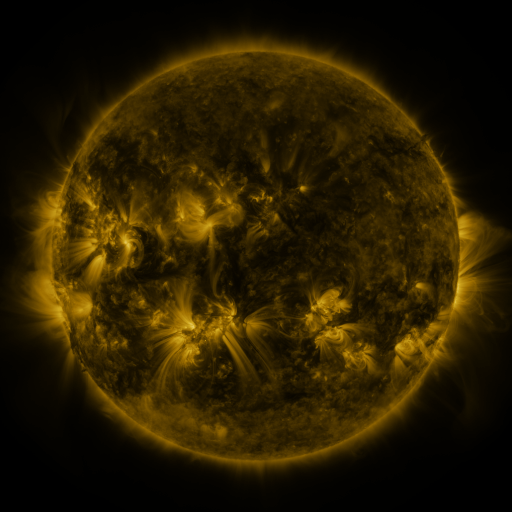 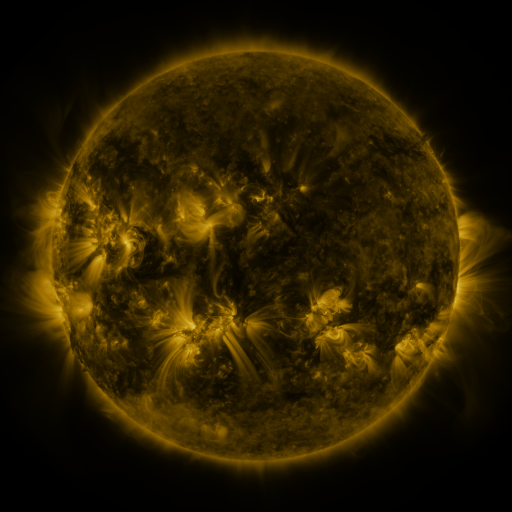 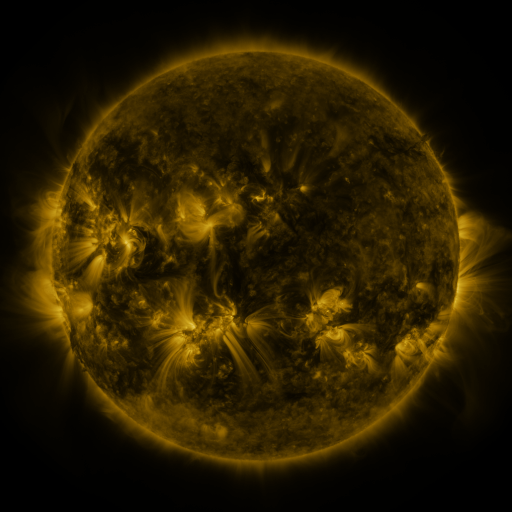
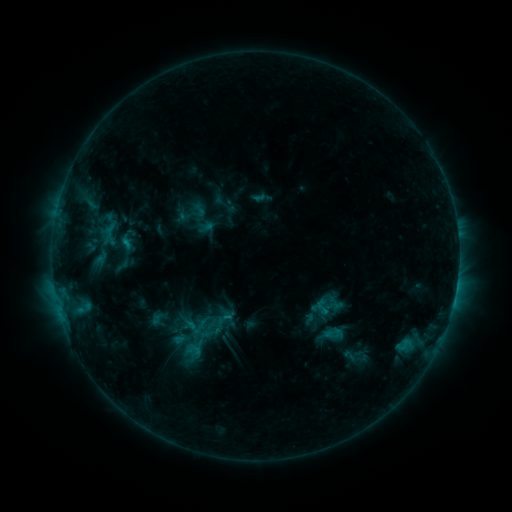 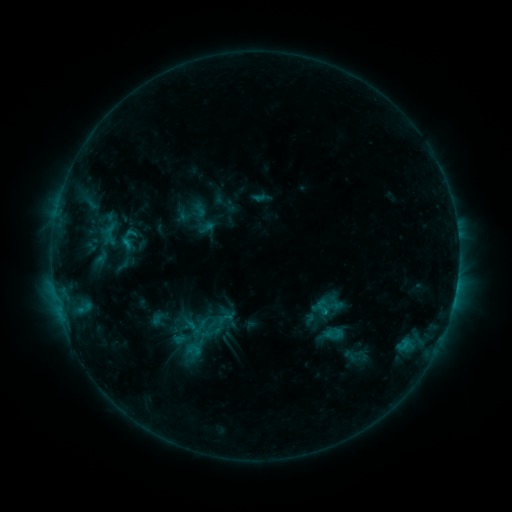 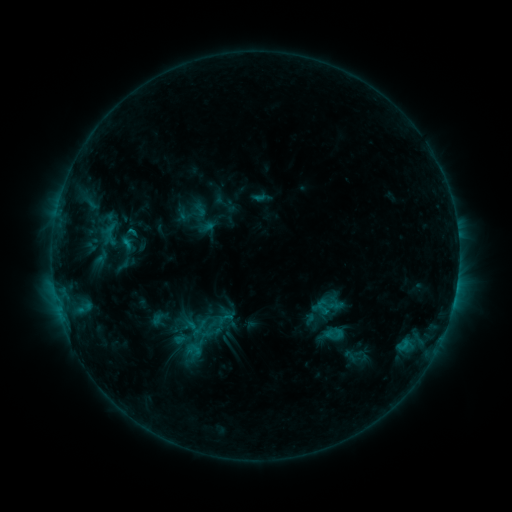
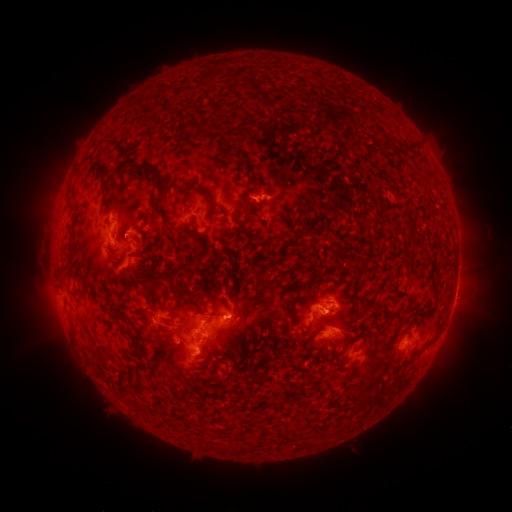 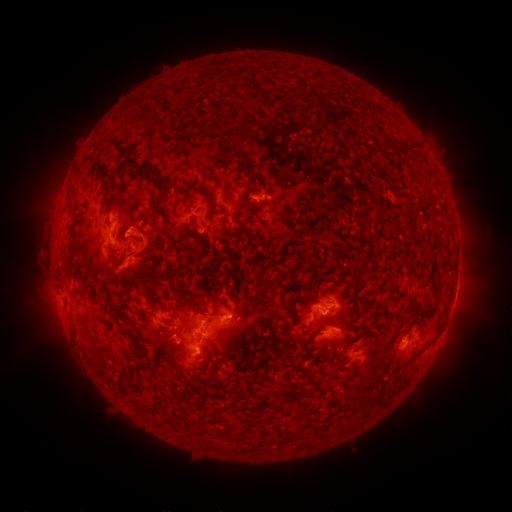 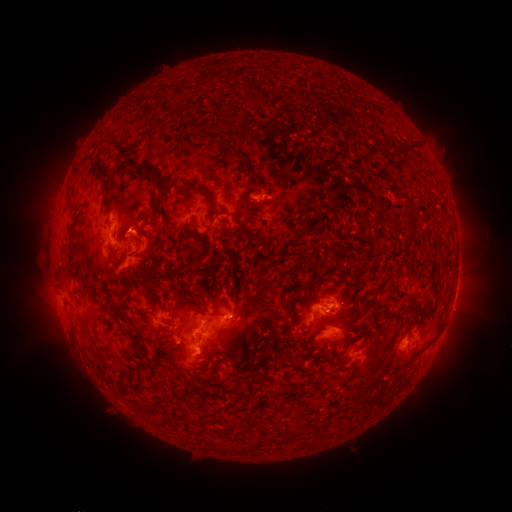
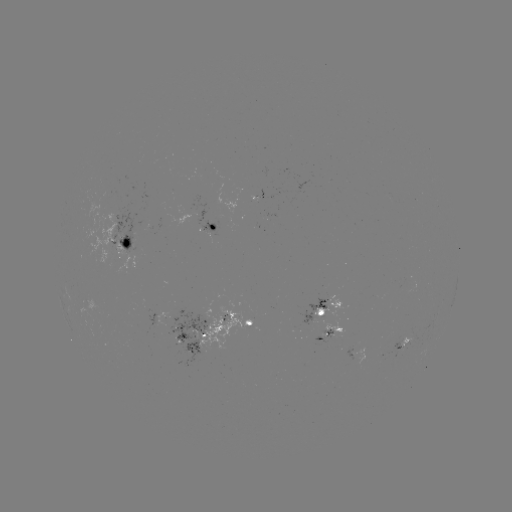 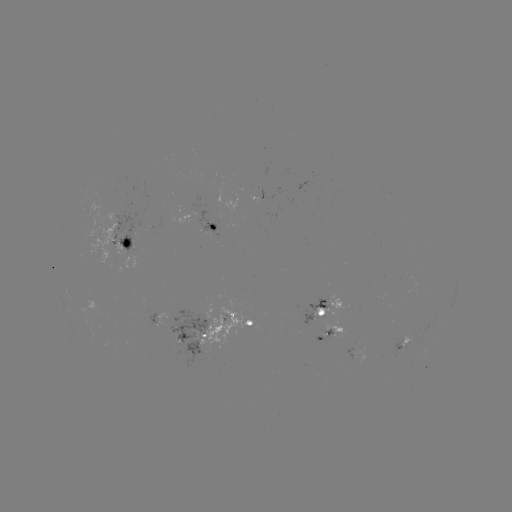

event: eruption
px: (153, 240)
